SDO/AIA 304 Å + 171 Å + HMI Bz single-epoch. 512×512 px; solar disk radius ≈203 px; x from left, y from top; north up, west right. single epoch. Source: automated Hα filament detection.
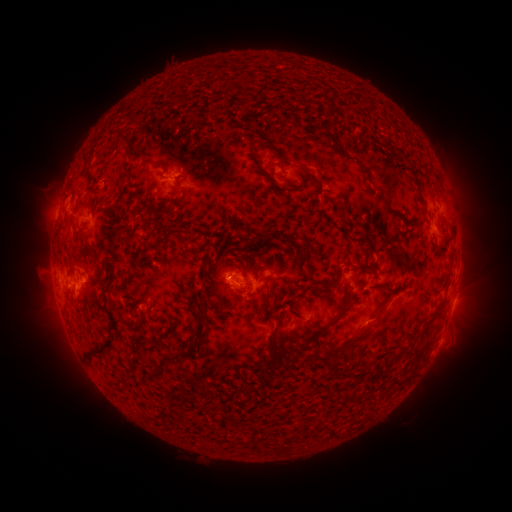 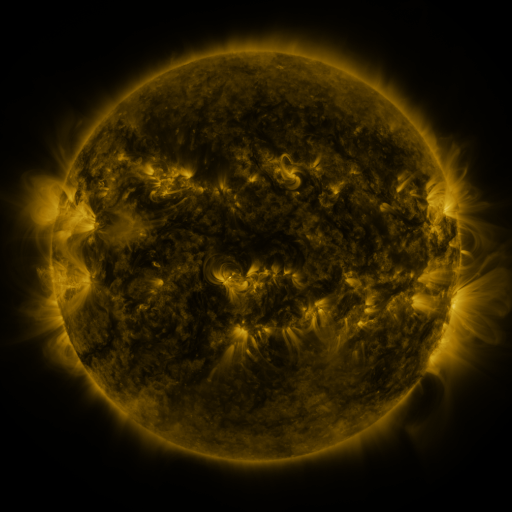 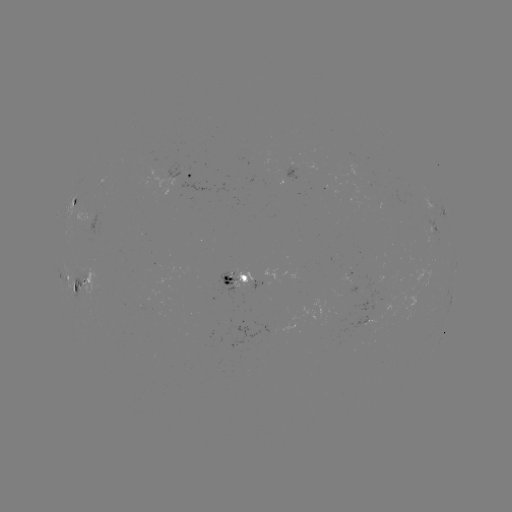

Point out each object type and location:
filament: (123, 136)
filament: (328, 136)
filament: (280, 164)
filament: (261, 170)
filament: (312, 177)
filament: (110, 208)
filament: (178, 231)
filament: (445, 245)
filament: (308, 253)
filament: (221, 262)
filament: (244, 278)
filament: (75, 286)
filament: (107, 289)
filament: (265, 300)
filament: (339, 315)
filament: (199, 316)
filament: (356, 339)
filament: (272, 342)
filament: (99, 349)
filament: (165, 358)
